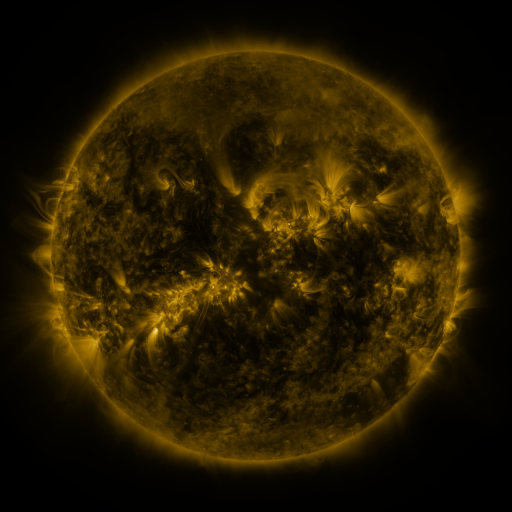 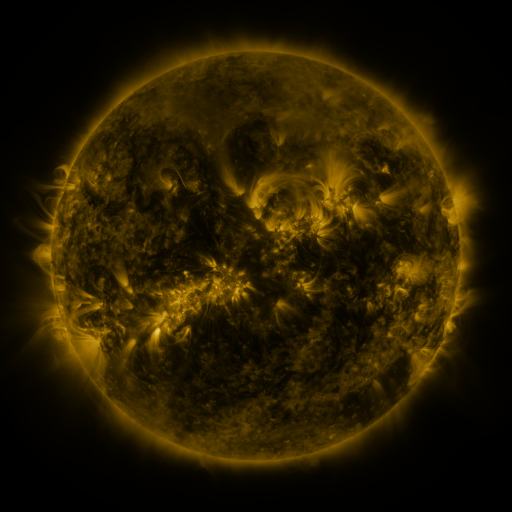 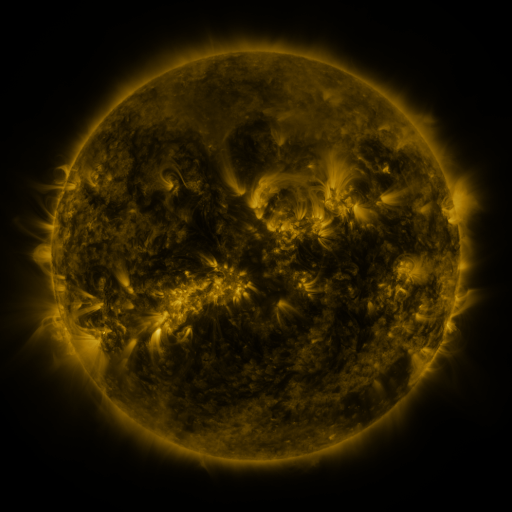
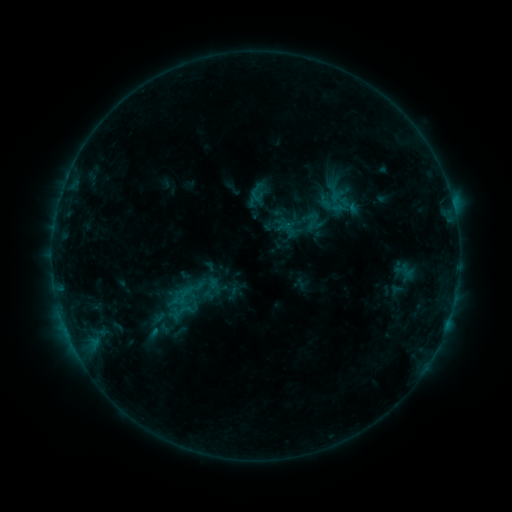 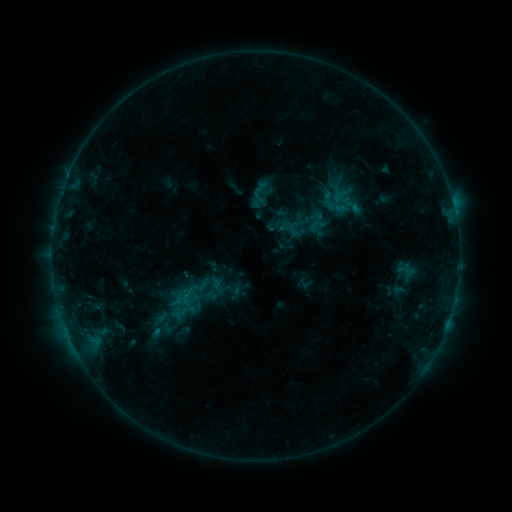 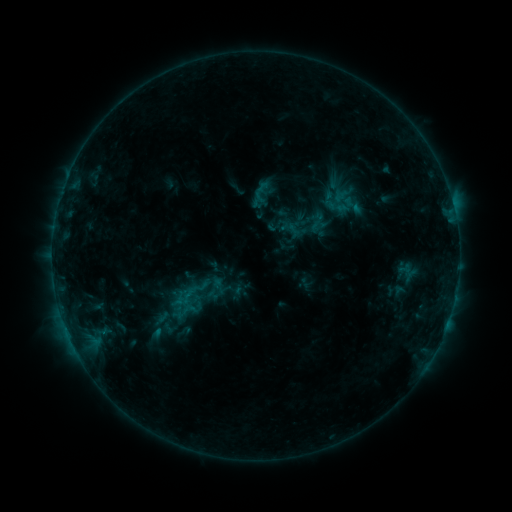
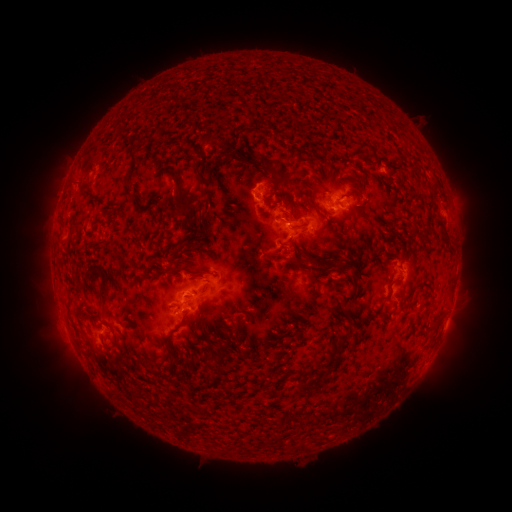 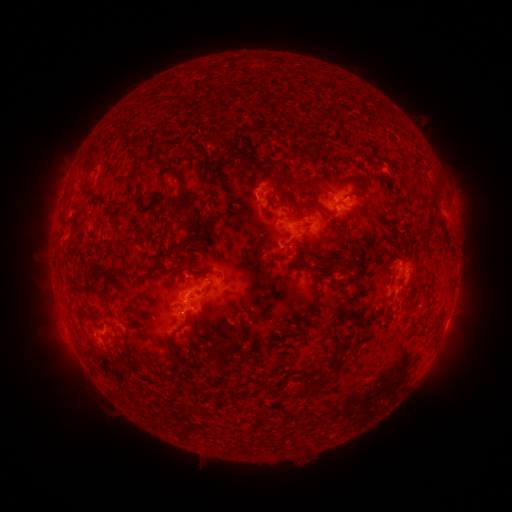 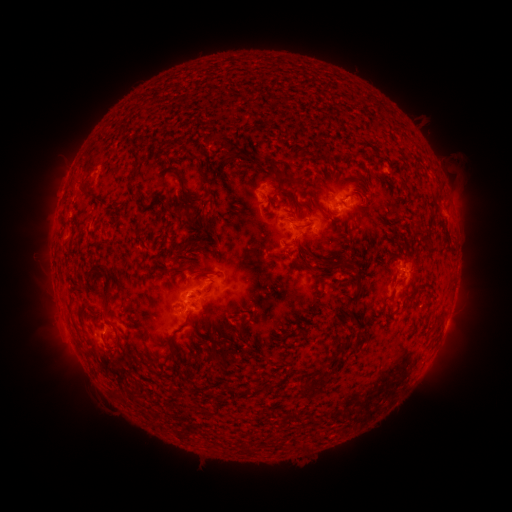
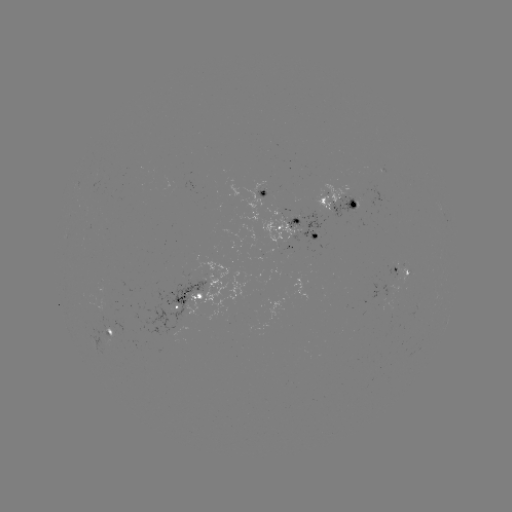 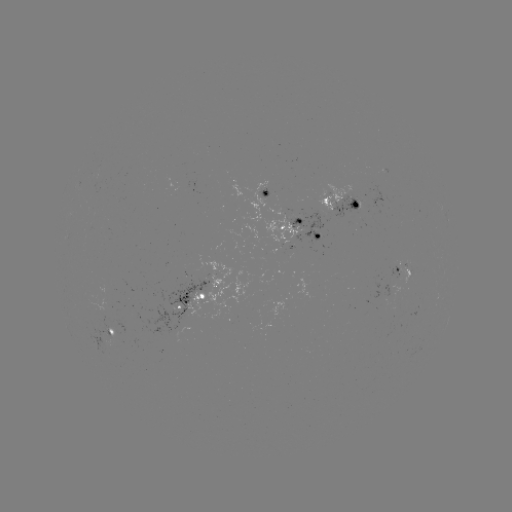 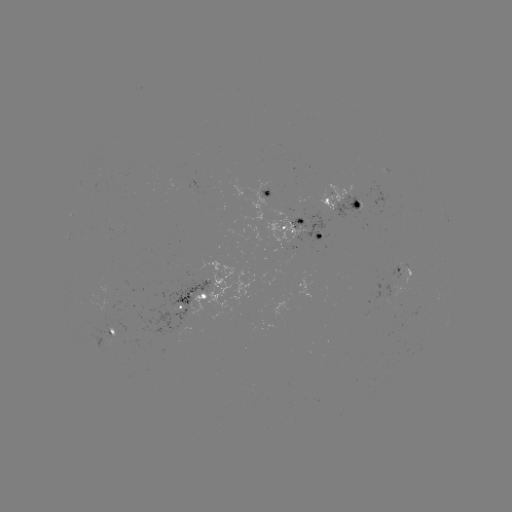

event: emerging-flux region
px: (300, 214)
